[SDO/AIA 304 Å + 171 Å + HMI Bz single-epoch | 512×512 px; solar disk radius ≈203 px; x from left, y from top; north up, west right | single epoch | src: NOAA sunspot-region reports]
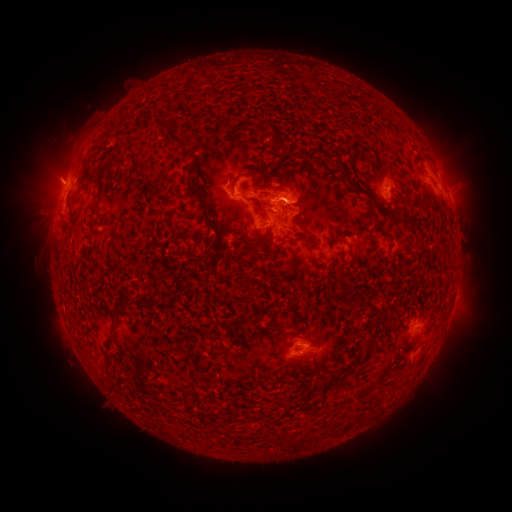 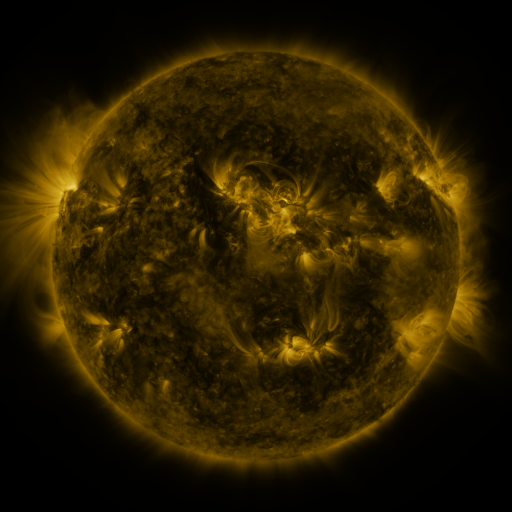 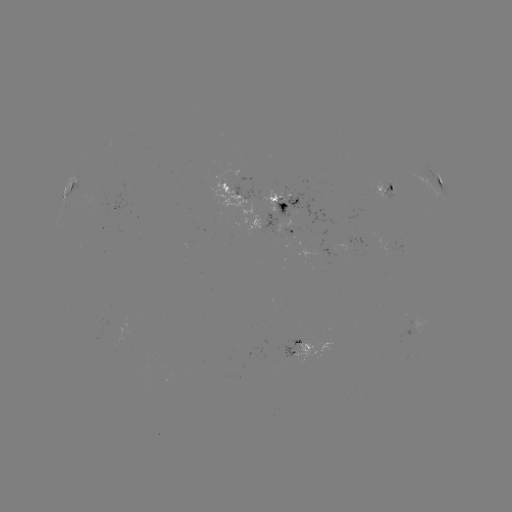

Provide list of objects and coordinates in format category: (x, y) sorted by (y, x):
spotted active region: (439, 181)
spotted active region: (70, 188)
spotted active region: (387, 190)
spotted active region: (236, 193)
spotted active region: (295, 203)
spotted active region: (276, 227)
spotted active region: (305, 348)
